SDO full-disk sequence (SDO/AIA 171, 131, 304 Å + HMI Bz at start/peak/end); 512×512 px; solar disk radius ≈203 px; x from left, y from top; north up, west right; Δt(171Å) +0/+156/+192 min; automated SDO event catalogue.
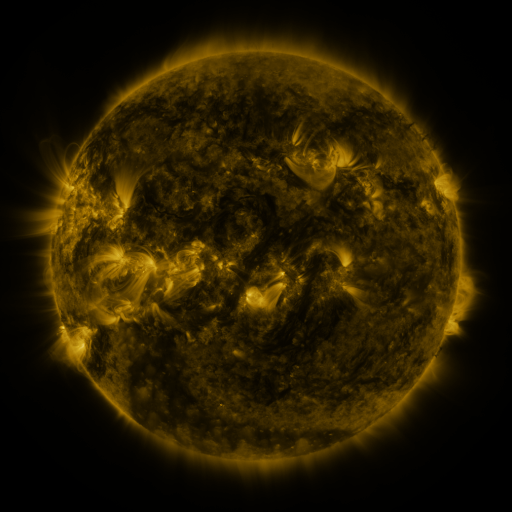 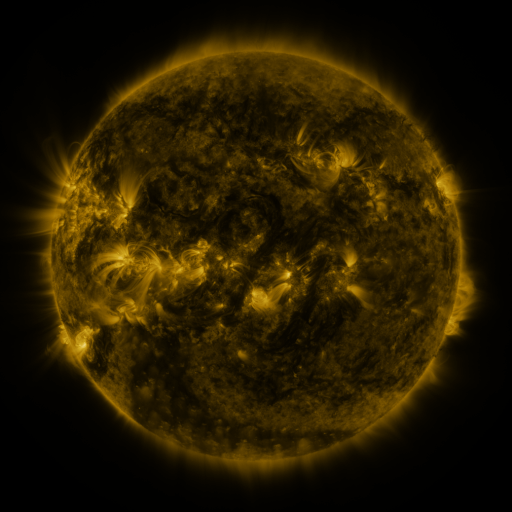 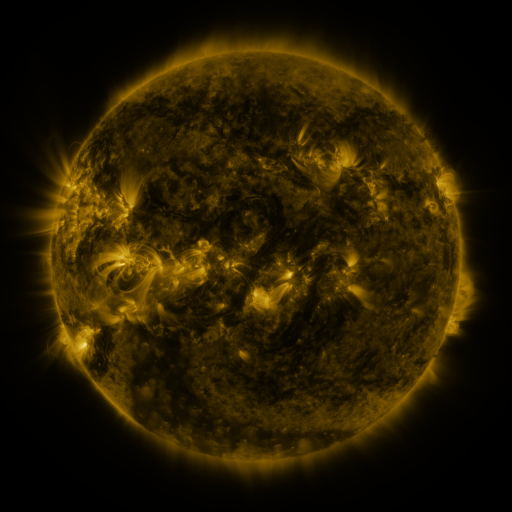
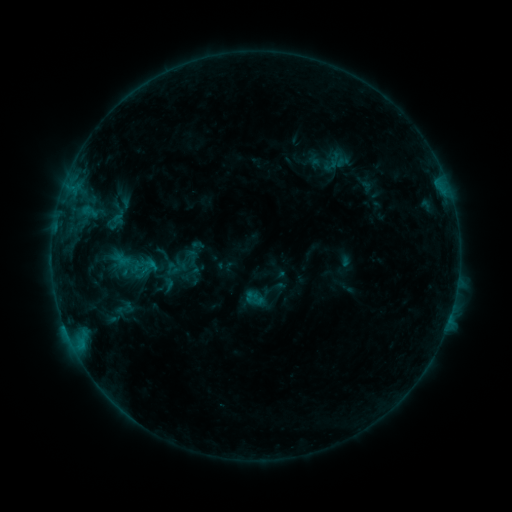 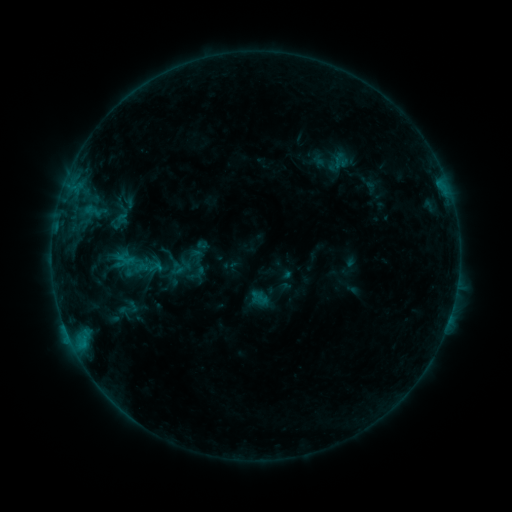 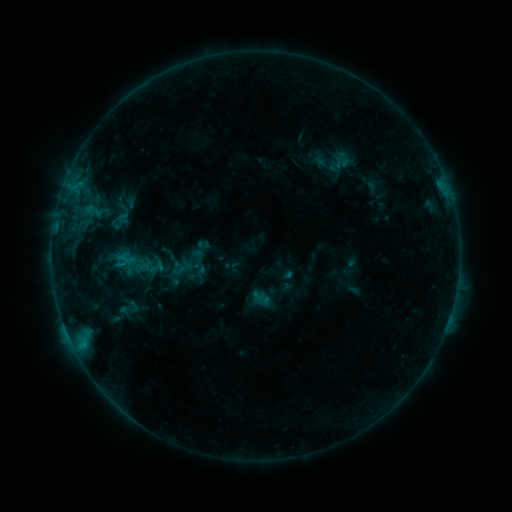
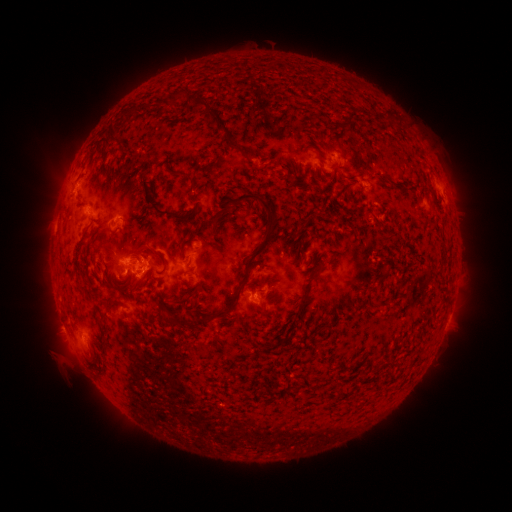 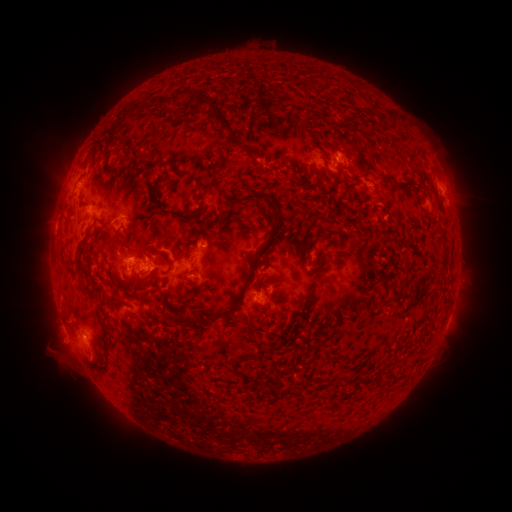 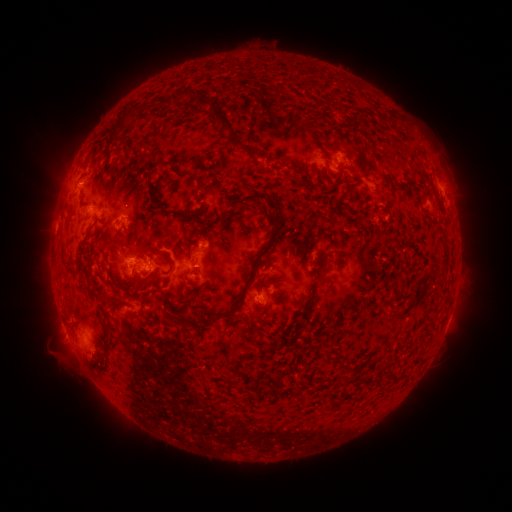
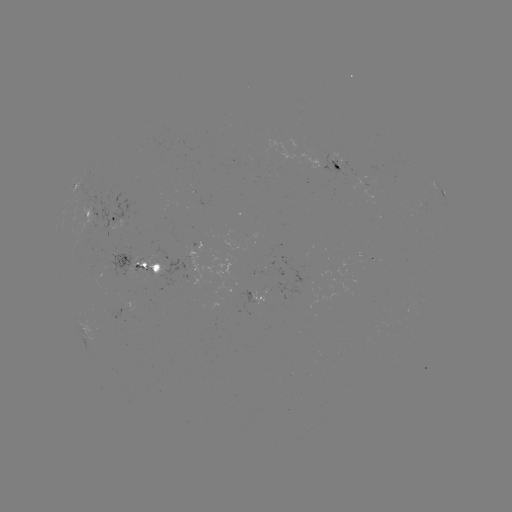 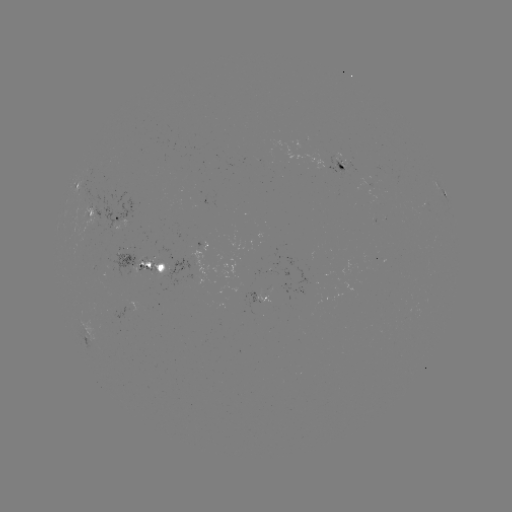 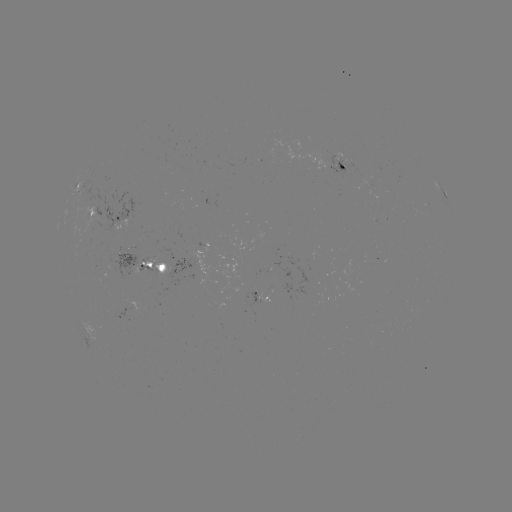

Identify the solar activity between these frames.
emerging-flux region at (367, 183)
